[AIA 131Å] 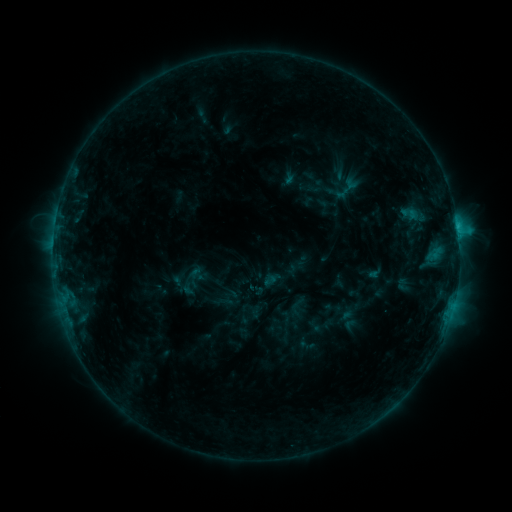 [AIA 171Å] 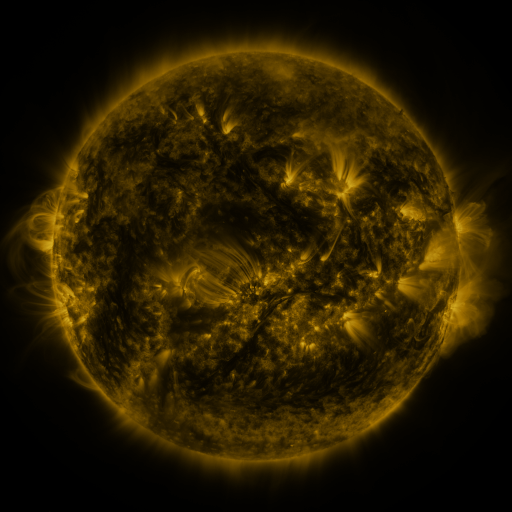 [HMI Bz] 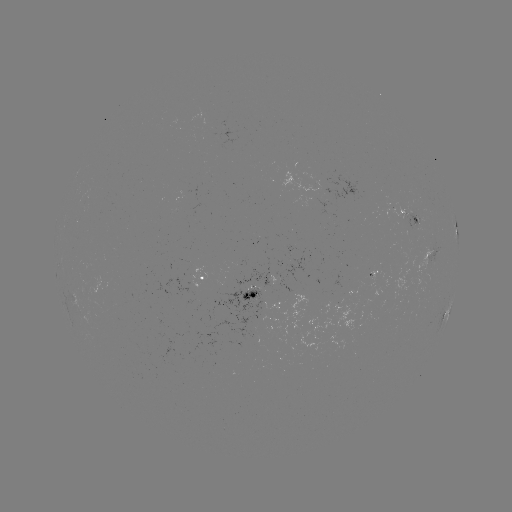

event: sigmoid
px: (410, 214)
